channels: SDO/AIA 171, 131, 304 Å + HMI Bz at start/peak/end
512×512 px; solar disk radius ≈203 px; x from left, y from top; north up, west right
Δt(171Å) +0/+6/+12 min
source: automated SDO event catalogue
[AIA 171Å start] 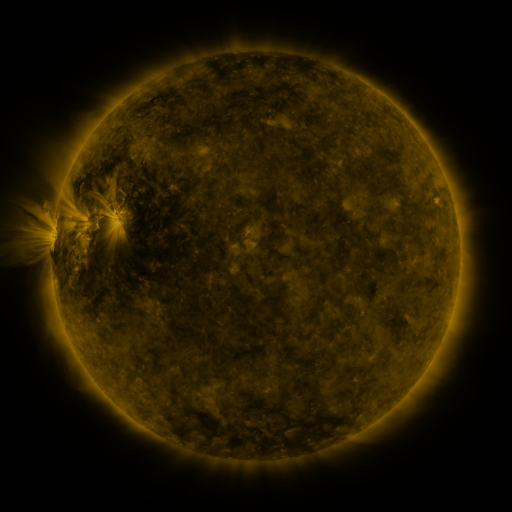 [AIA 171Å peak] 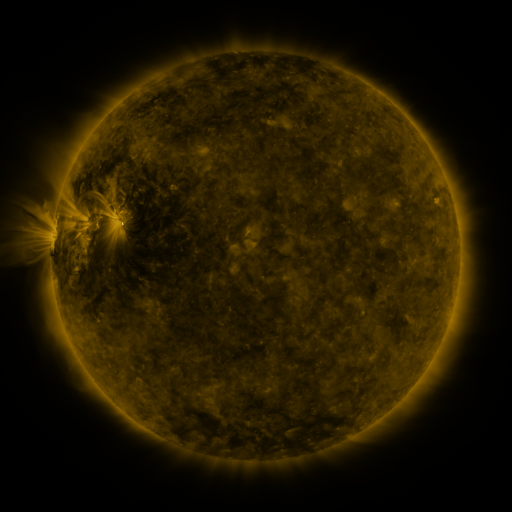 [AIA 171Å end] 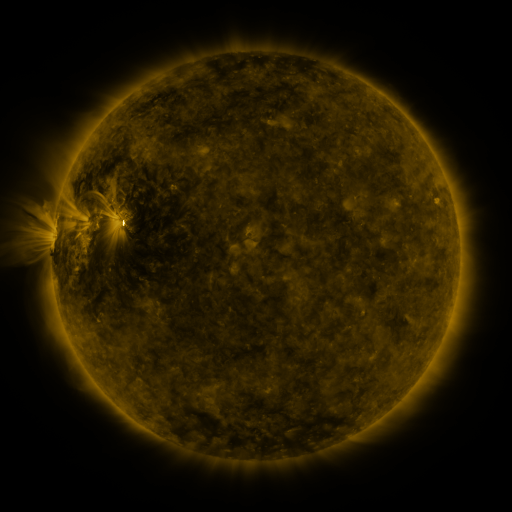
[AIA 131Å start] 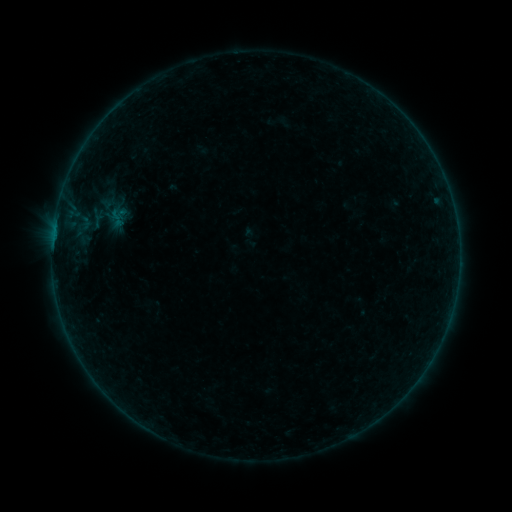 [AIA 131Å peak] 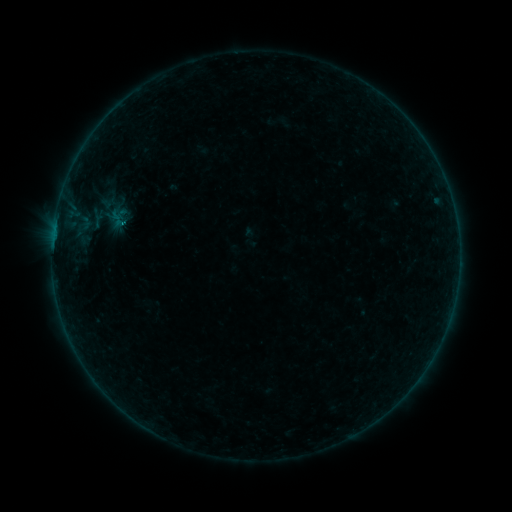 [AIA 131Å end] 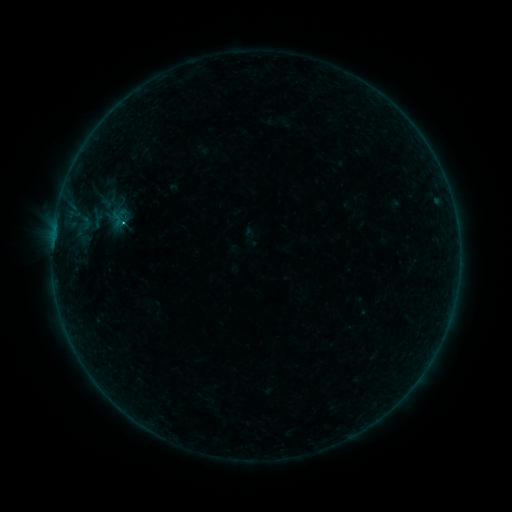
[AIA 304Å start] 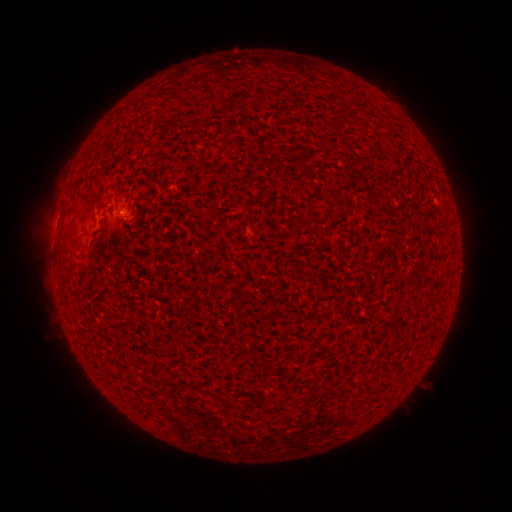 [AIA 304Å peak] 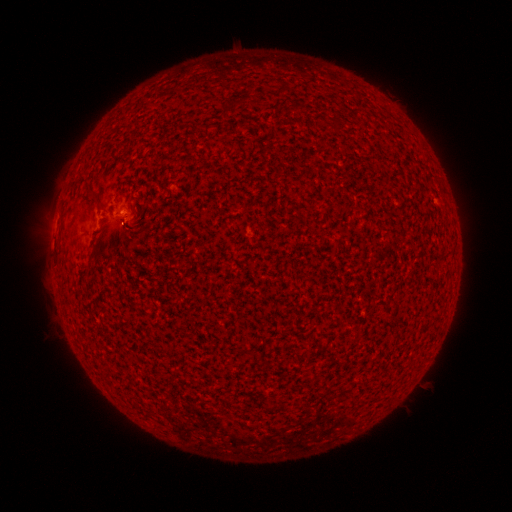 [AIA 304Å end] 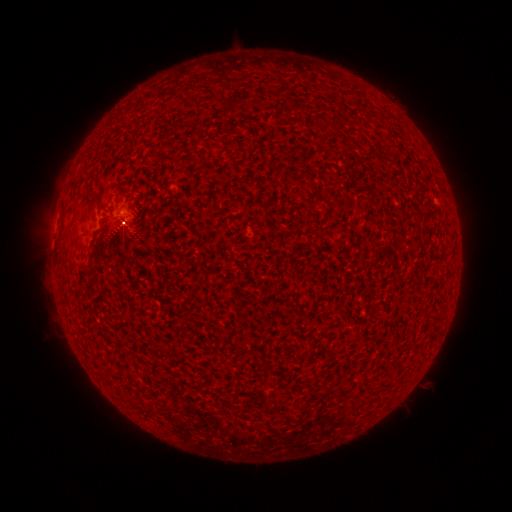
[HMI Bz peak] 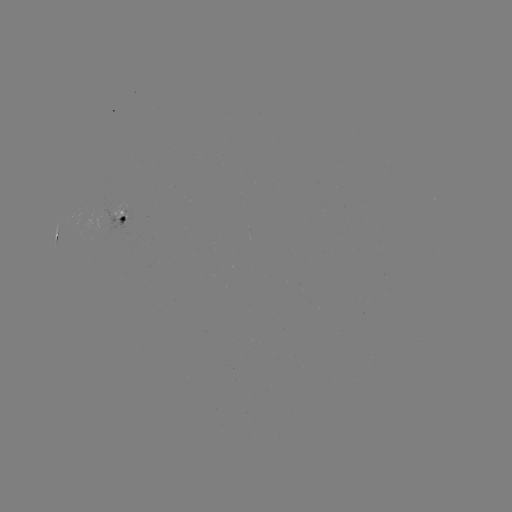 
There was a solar flare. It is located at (125, 224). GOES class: B7.6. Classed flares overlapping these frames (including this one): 1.